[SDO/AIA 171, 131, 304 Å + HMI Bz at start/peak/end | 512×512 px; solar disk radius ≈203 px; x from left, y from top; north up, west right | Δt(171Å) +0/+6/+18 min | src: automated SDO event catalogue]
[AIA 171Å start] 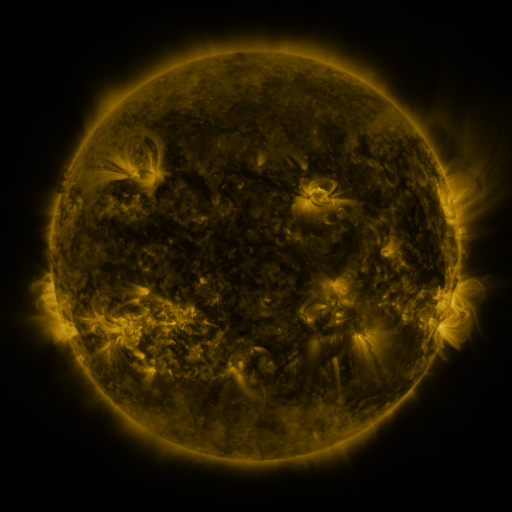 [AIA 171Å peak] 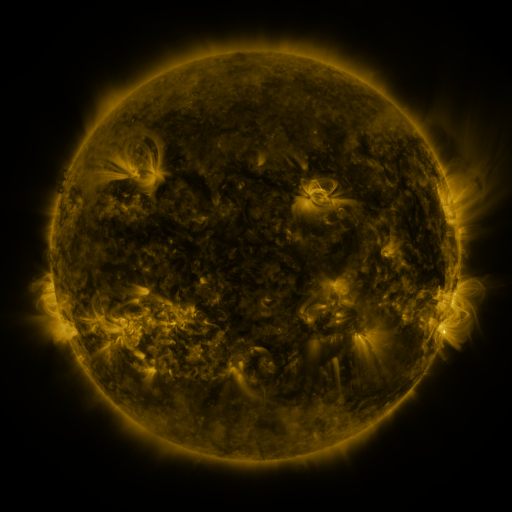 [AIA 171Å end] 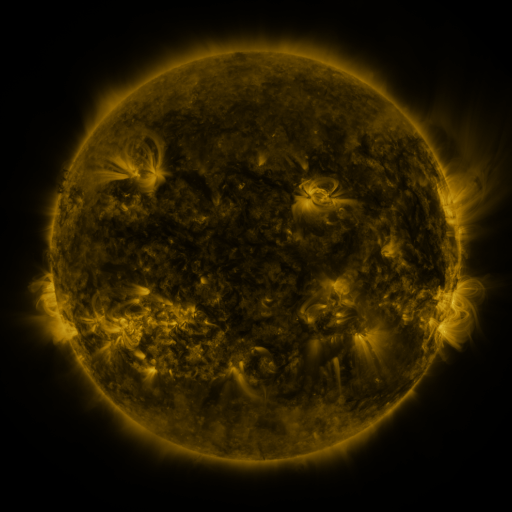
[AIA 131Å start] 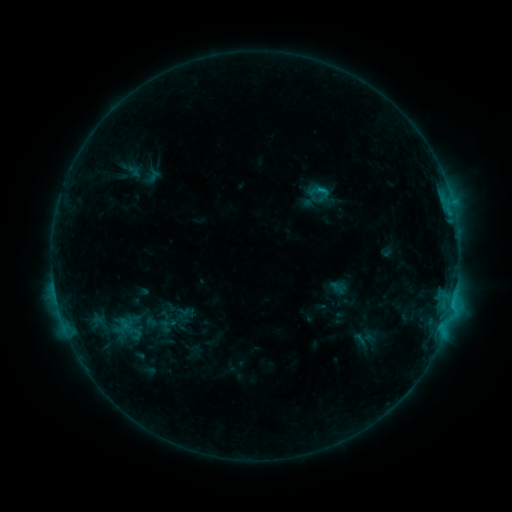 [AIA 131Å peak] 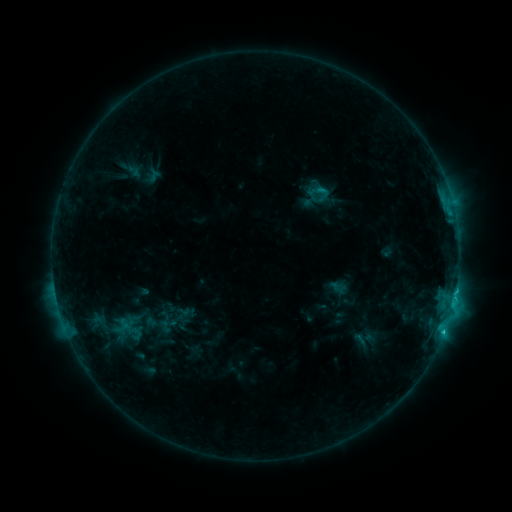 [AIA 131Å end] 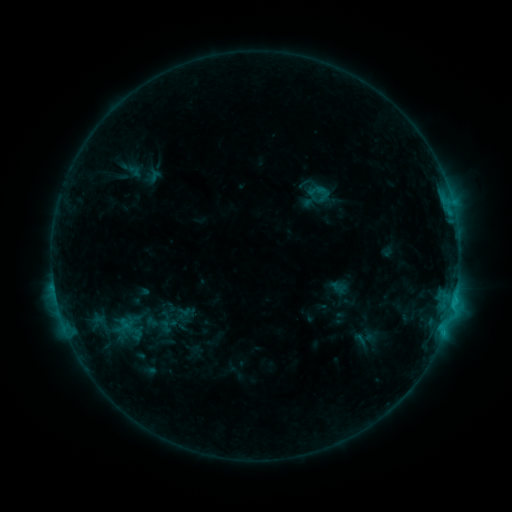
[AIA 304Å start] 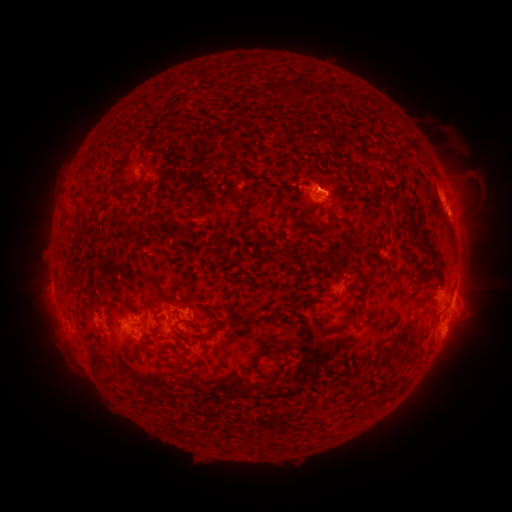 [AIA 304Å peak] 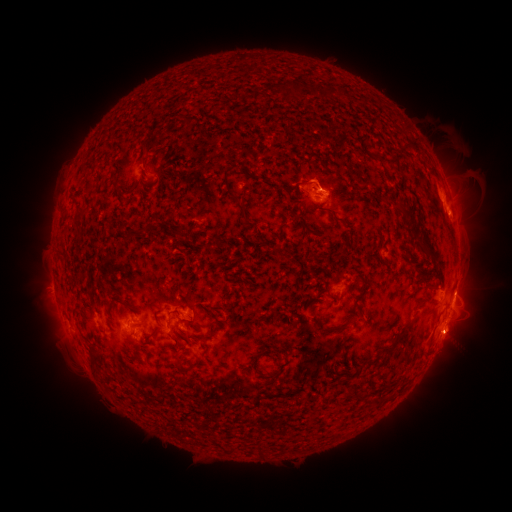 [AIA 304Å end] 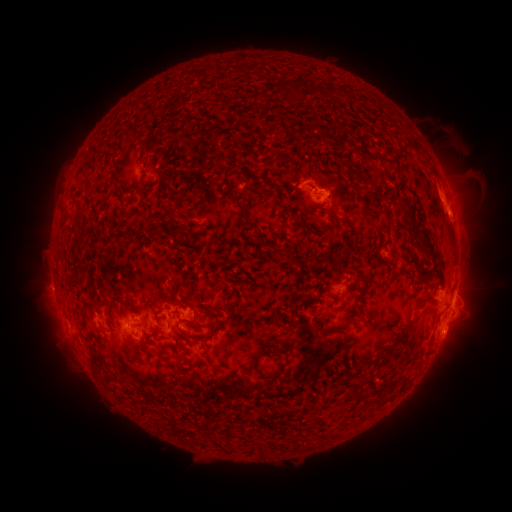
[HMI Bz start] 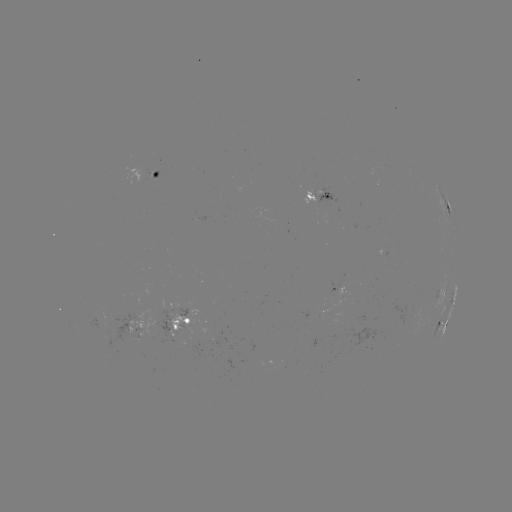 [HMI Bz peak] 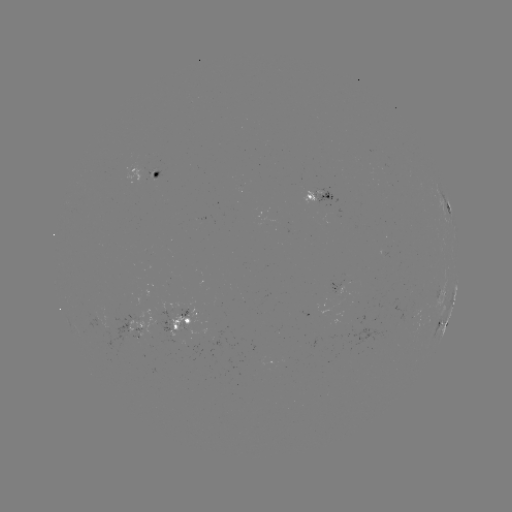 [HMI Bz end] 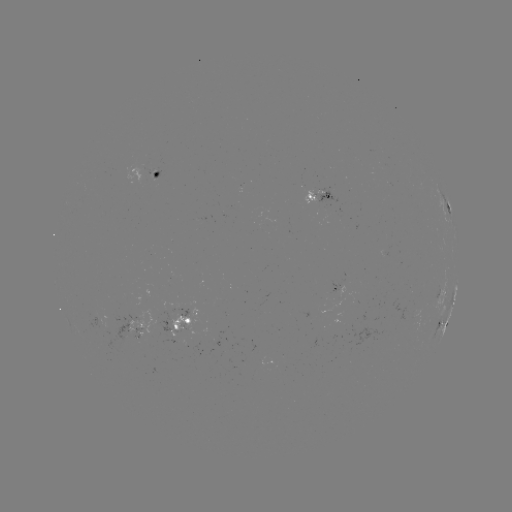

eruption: [288, 153, 345, 198]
